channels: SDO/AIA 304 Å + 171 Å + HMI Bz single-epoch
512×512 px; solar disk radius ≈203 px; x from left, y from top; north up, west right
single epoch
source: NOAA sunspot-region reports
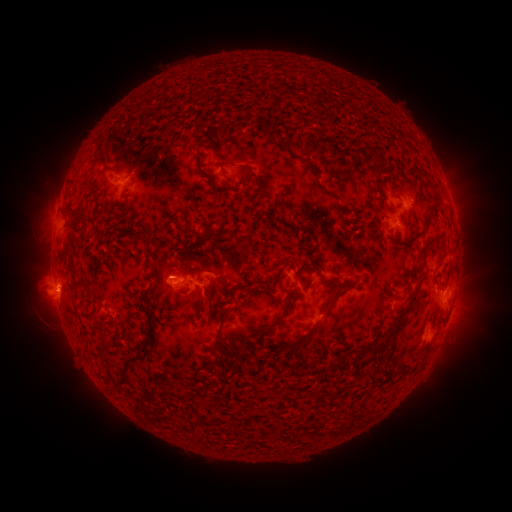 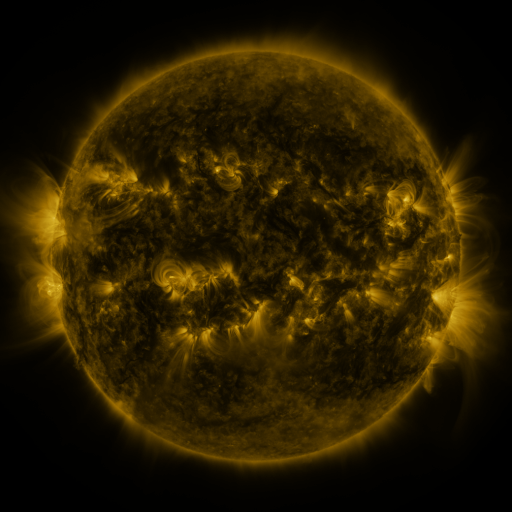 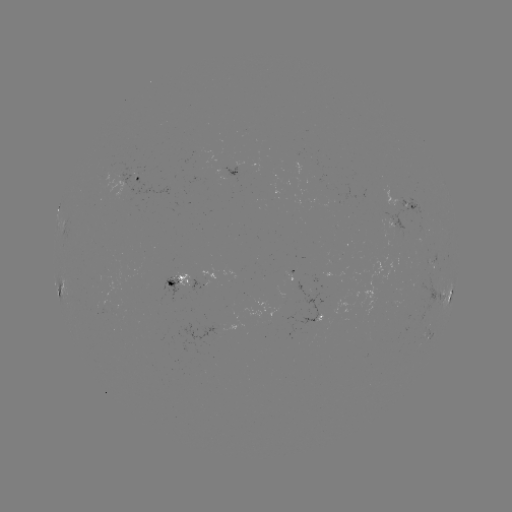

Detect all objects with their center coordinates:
spotted active region: (140, 181)
spotted active region: (407, 205)
spotted active region: (293, 279)
spotted active region: (182, 287)
spotted active region: (62, 288)
spotted active region: (449, 296)
spotted active region: (451, 312)
spotted active region: (319, 318)
